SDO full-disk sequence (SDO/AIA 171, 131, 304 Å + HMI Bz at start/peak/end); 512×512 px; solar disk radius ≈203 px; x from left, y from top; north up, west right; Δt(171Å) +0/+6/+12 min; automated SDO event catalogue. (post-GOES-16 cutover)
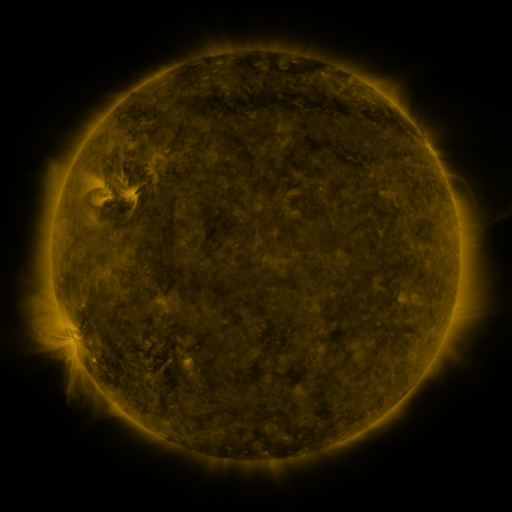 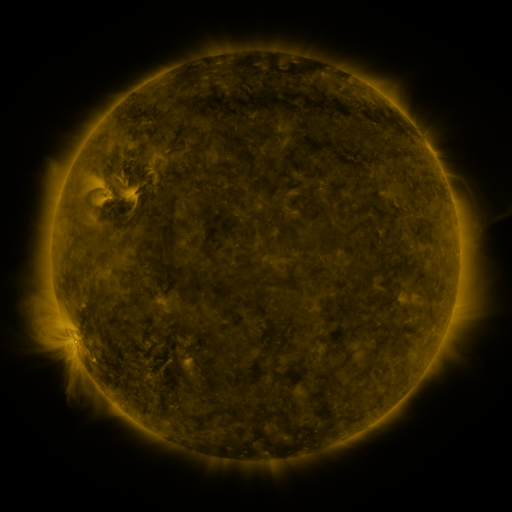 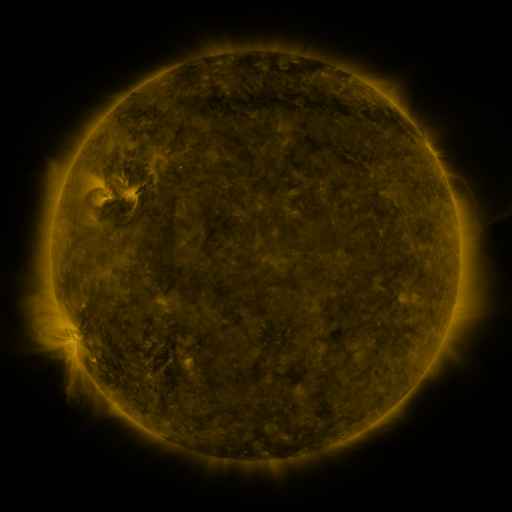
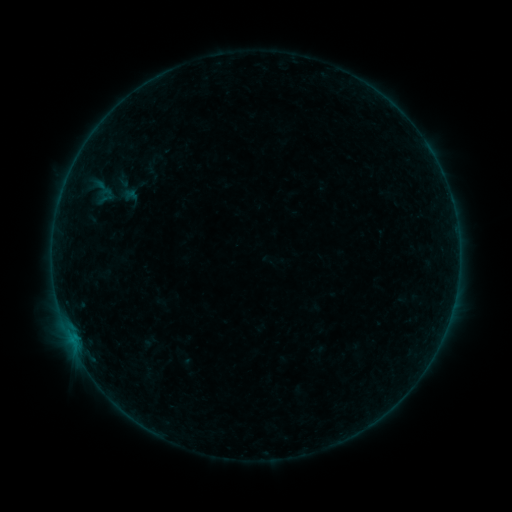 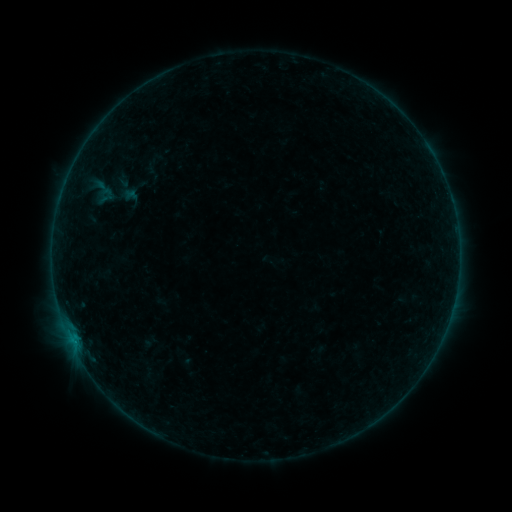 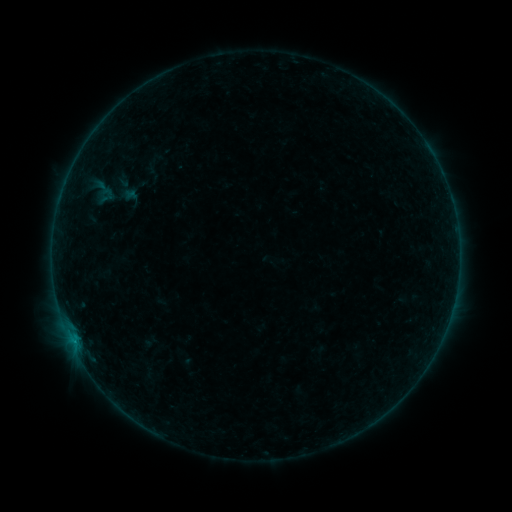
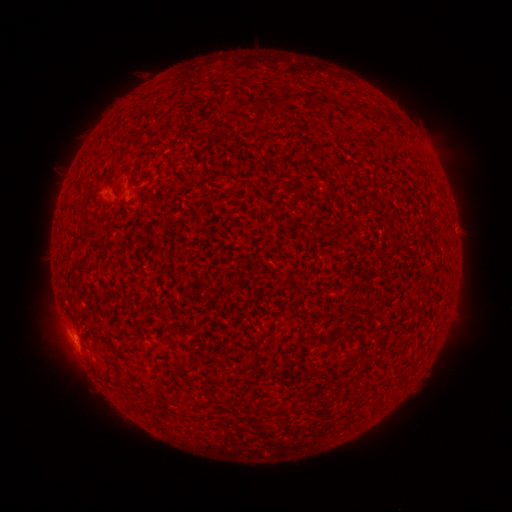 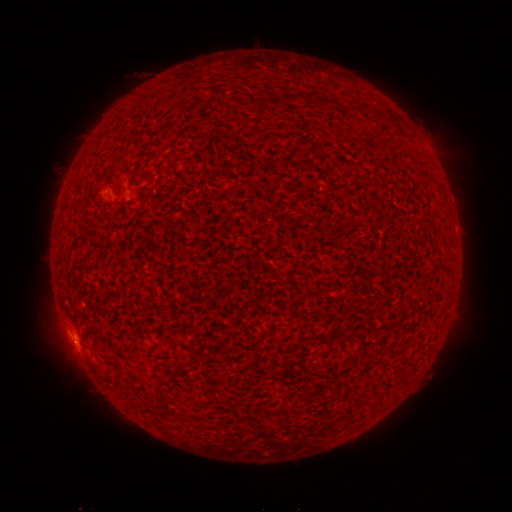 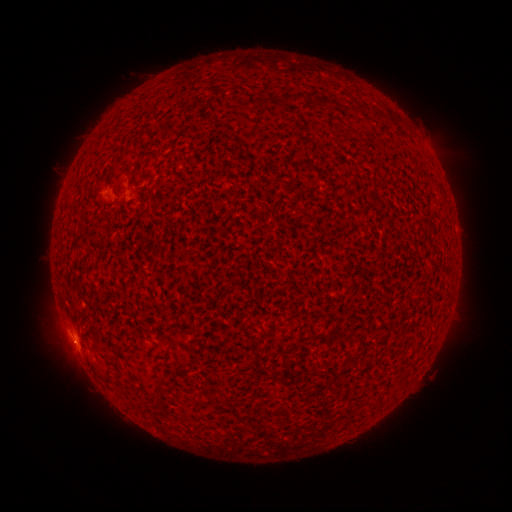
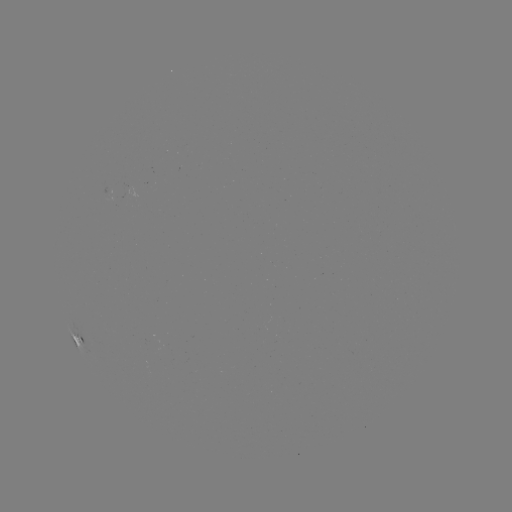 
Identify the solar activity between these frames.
B3.0 flare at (75, 341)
